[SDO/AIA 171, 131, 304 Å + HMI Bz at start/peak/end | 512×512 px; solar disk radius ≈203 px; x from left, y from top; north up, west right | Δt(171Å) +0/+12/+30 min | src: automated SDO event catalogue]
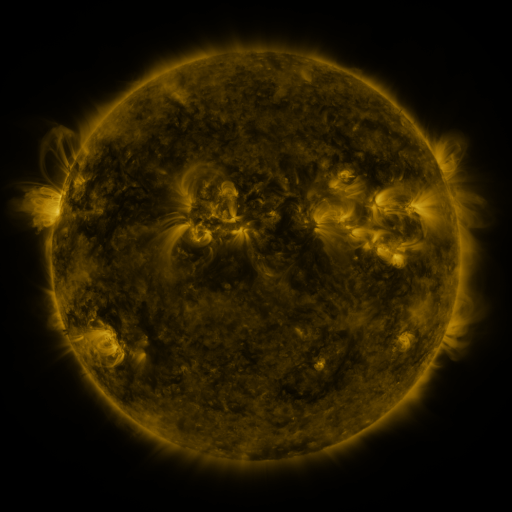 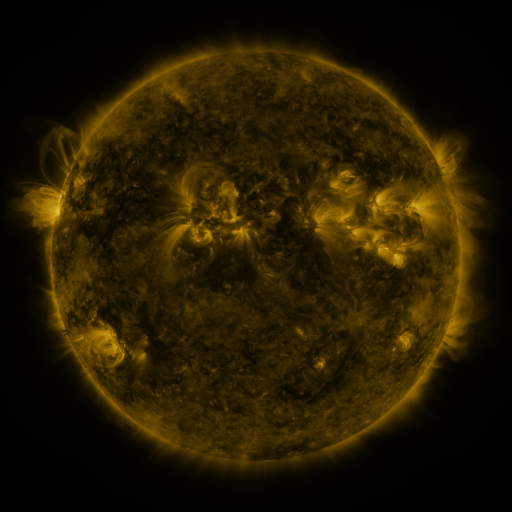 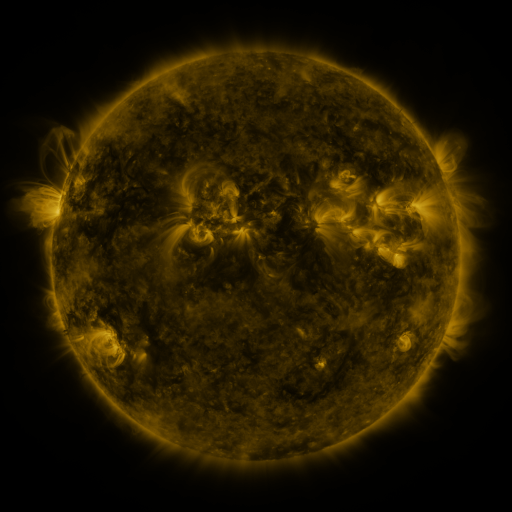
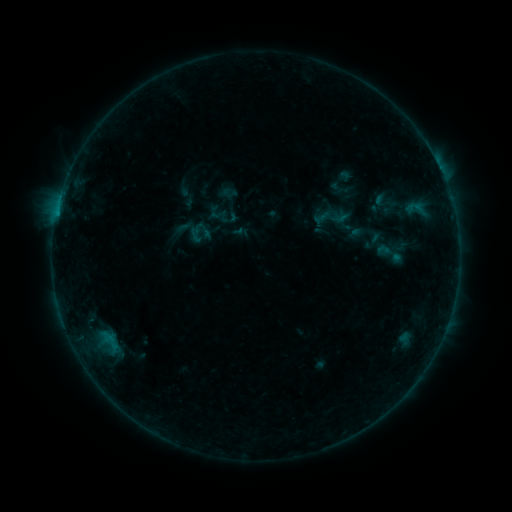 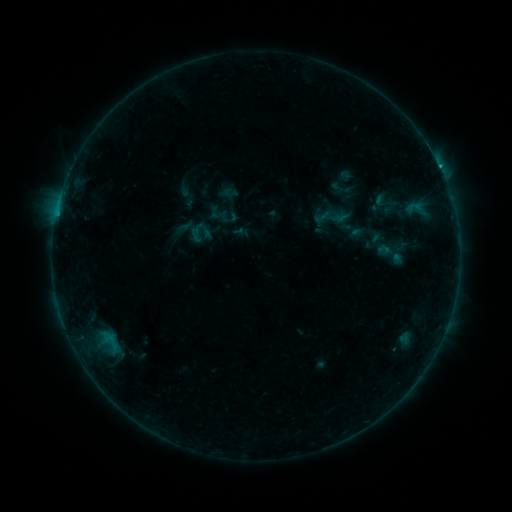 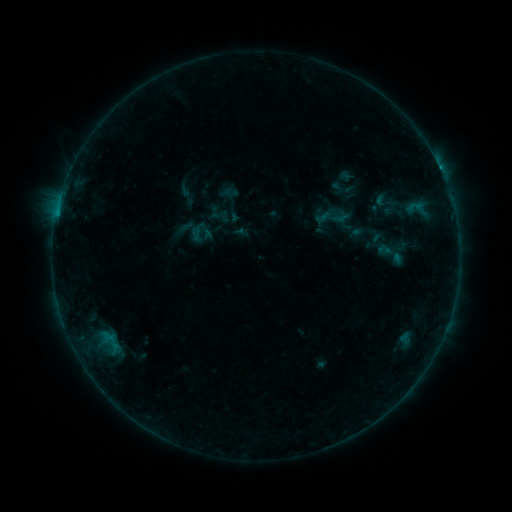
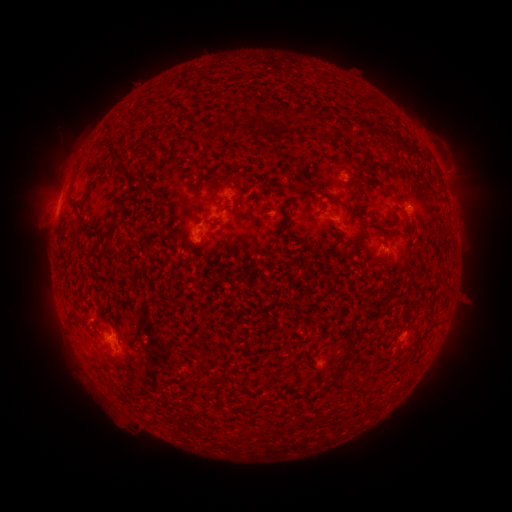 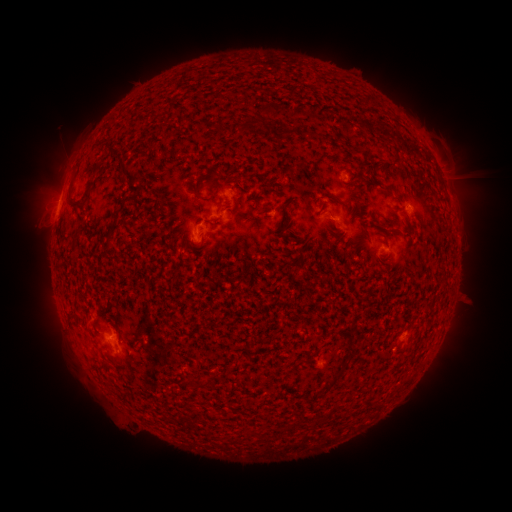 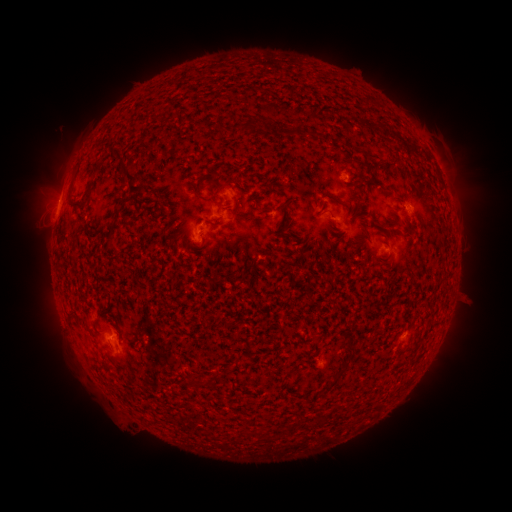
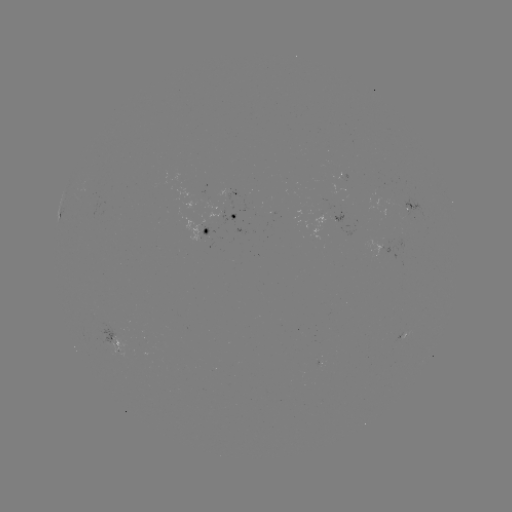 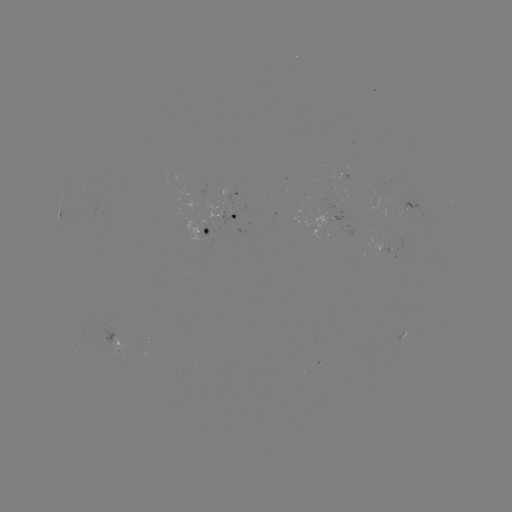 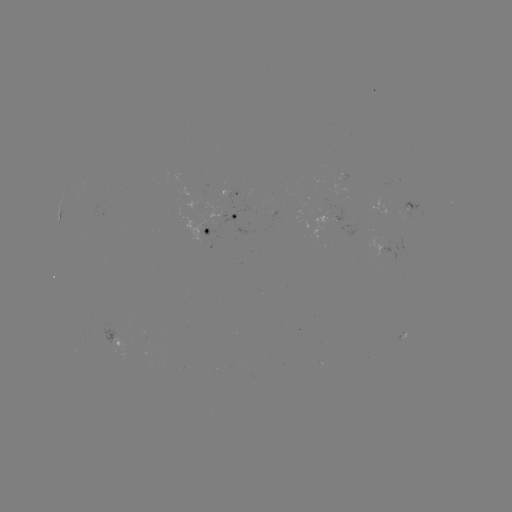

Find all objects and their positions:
B7.5 flare: (439, 172)
